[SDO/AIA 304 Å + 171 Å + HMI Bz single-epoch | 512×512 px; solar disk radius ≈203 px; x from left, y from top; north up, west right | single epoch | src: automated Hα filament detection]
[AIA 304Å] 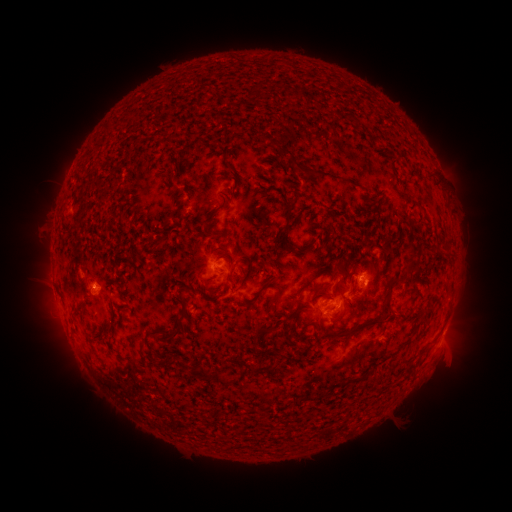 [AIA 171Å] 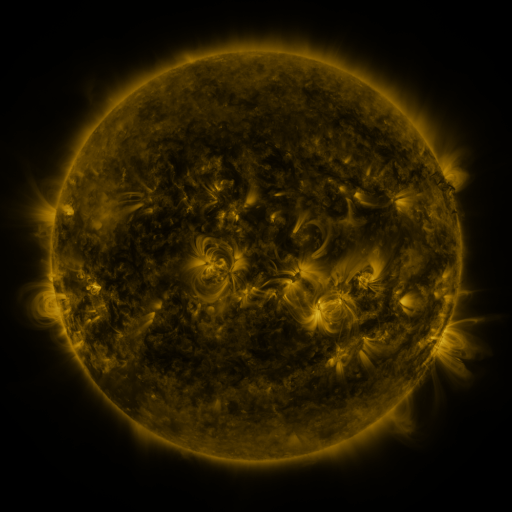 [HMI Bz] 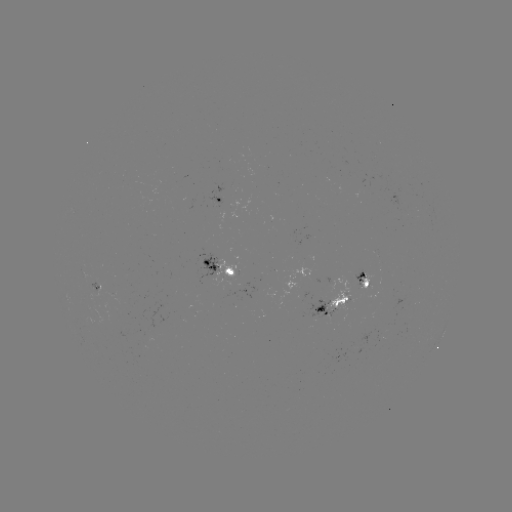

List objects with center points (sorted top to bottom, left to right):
filament: (296, 94)
filament: (176, 139)
filament: (270, 141)
filament: (302, 168)
filament: (341, 179)
filament: (199, 192)
filament: (231, 196)
filament: (204, 222)
filament: (226, 234)
filament: (160, 244)
filament: (288, 244)
filament: (228, 257)
filament: (206, 263)
filament: (268, 265)
filament: (414, 265)
filament: (342, 268)
filament: (242, 275)
filament: (282, 276)
filament: (312, 282)
filament: (320, 287)
filament: (357, 287)
filament: (261, 291)
filament: (223, 292)
filament: (390, 306)
filament: (79, 313)
filament: (337, 315)
filament: (311, 323)
filament: (180, 326)
filament: (361, 326)
filament: (265, 330)
filament: (144, 348)
filament: (164, 366)
filament: (264, 367)
filament: (206, 375)
filament: (359, 378)
